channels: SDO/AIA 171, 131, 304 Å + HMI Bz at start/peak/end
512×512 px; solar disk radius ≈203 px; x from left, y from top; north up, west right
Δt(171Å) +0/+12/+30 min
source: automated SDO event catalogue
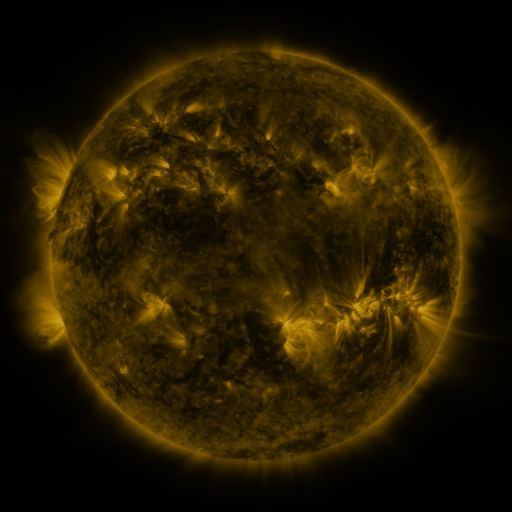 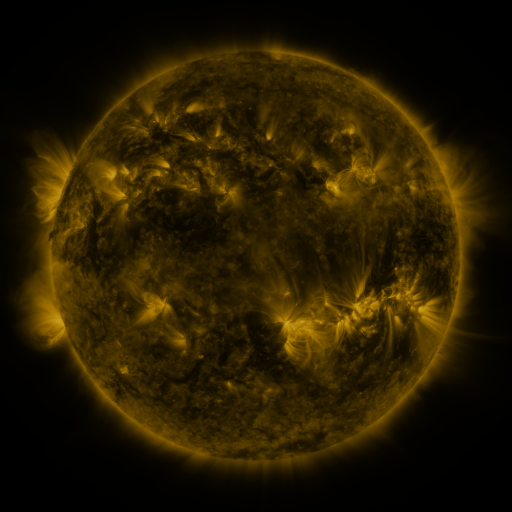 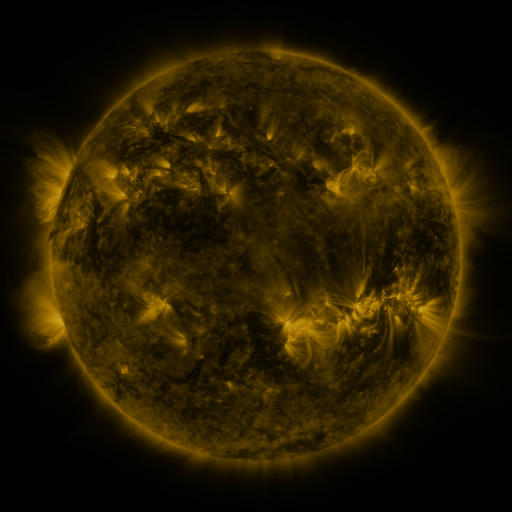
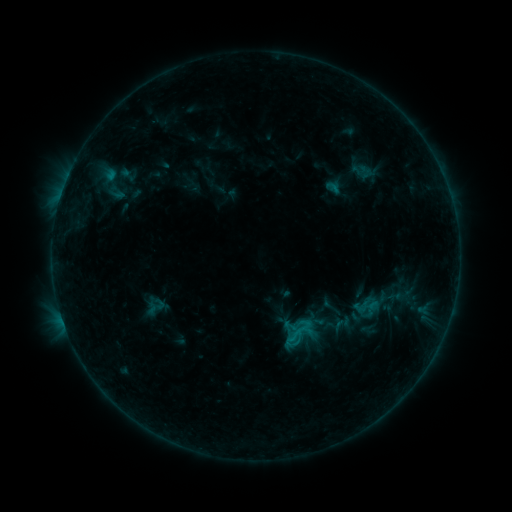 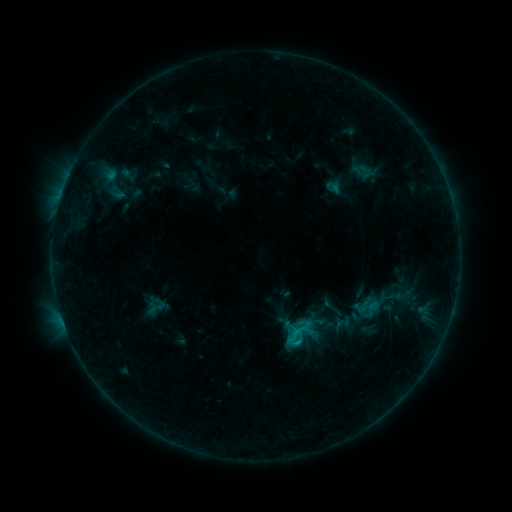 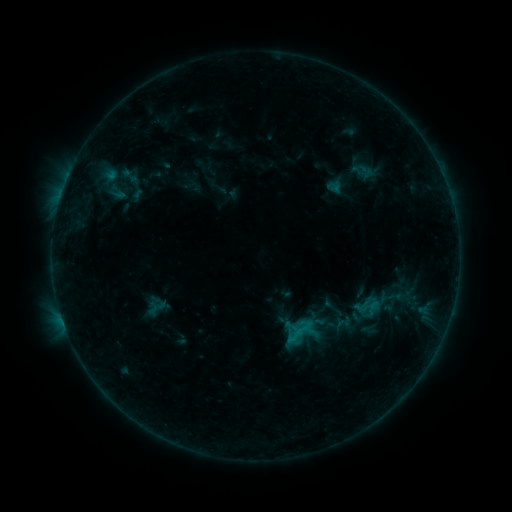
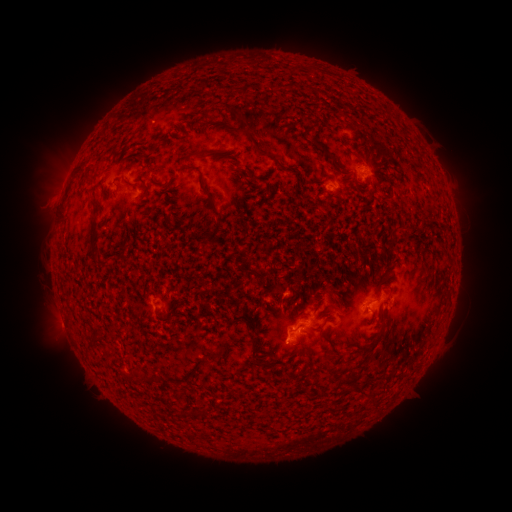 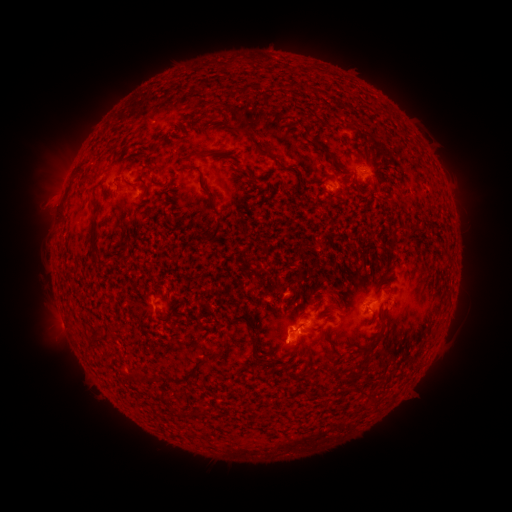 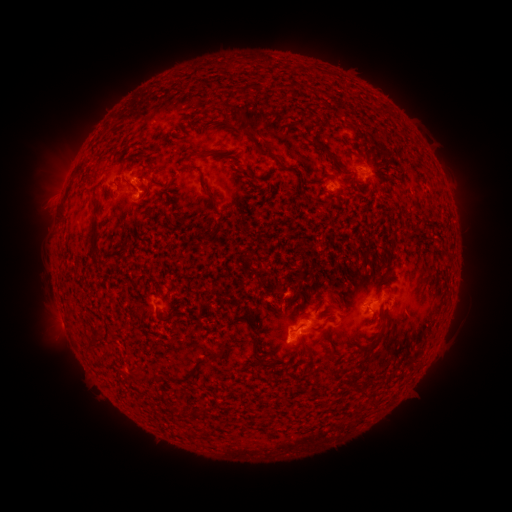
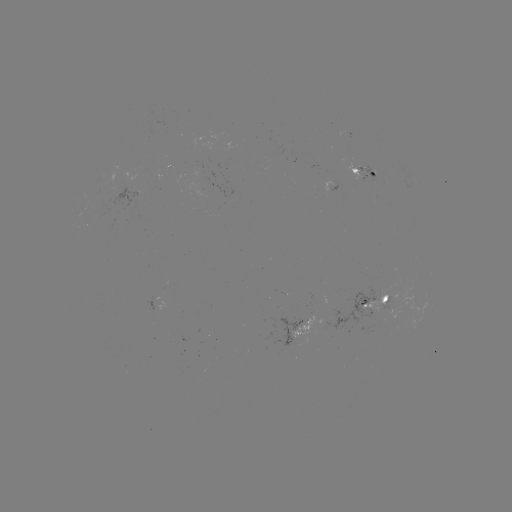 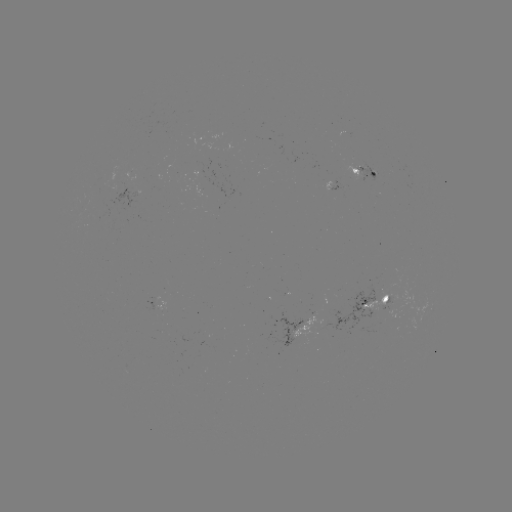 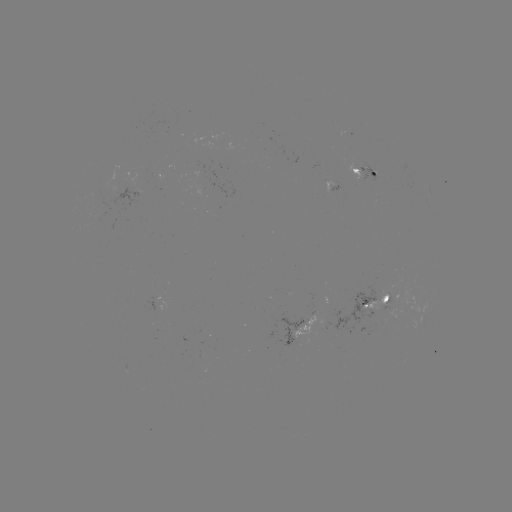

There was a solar flare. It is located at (297, 327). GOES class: B8.0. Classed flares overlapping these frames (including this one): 1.